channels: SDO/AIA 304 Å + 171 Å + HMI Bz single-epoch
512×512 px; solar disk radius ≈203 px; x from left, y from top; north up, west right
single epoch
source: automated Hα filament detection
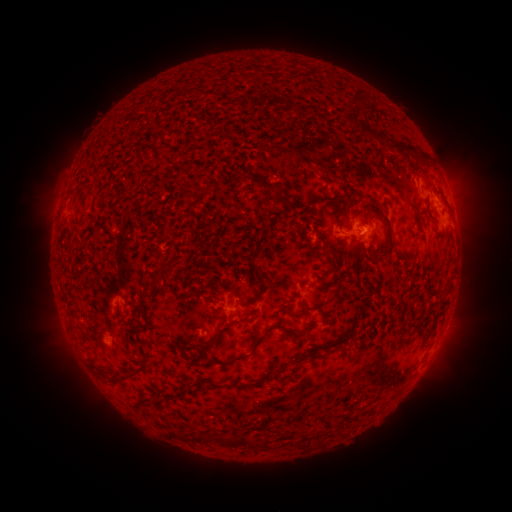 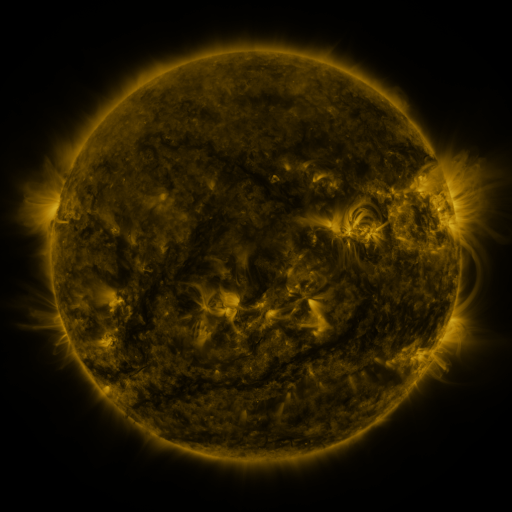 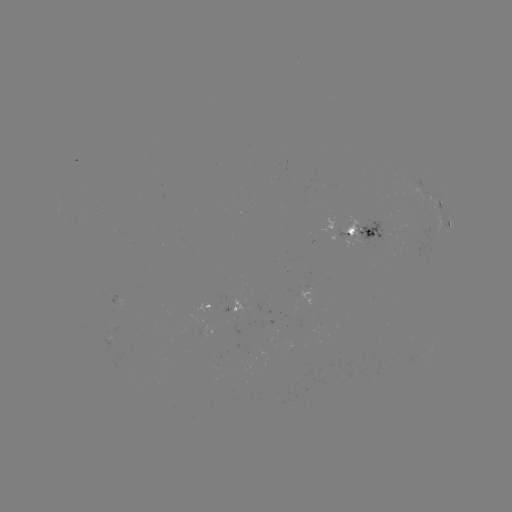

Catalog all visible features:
filament: (412, 150)
filament: (390, 247)
filament: (326, 254)
filament: (261, 281)
filament: (302, 309)
filament: (221, 331)
filament: (296, 335)
filament: (331, 345)
filament: (250, 353)
filament: (287, 365)
filament: (137, 370)
filament: (106, 376)
filament: (185, 389)
filament: (164, 394)
filament: (243, 440)
filament: (265, 442)
